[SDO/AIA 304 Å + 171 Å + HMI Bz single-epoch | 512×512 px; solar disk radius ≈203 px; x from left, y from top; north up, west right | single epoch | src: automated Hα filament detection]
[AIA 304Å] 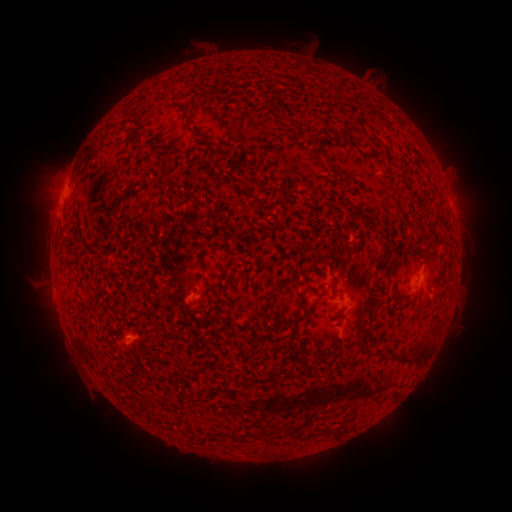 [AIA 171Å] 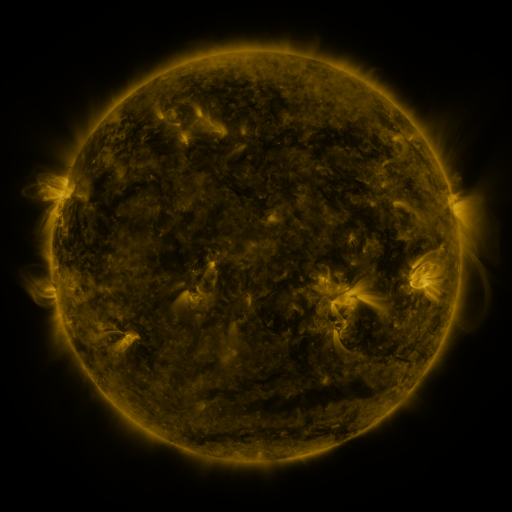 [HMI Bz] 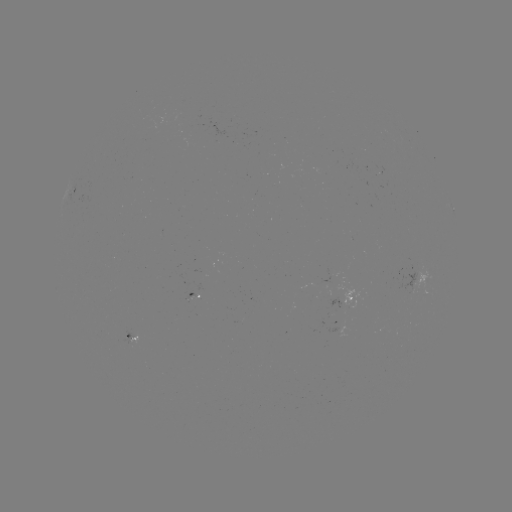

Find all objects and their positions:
filament: (184, 122, 194, 131)
filament: (160, 178, 169, 188)
filament: (226, 180, 246, 196)
filament: (263, 281, 286, 303)
filament: (426, 330, 438, 338)
filament: (353, 334, 361, 343)
filament: (406, 343, 430, 361)
filament: (374, 348, 386, 362)
filament: (388, 350, 412, 365)
